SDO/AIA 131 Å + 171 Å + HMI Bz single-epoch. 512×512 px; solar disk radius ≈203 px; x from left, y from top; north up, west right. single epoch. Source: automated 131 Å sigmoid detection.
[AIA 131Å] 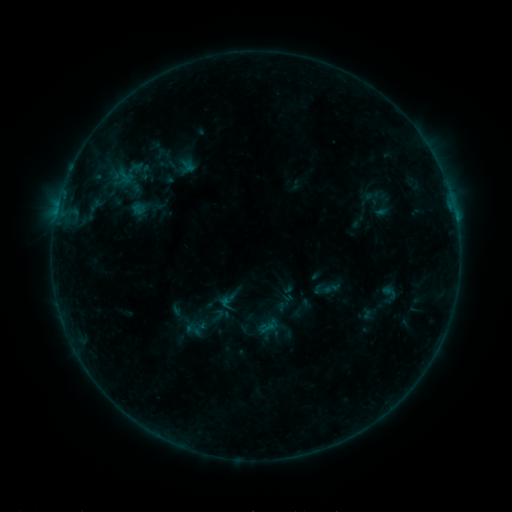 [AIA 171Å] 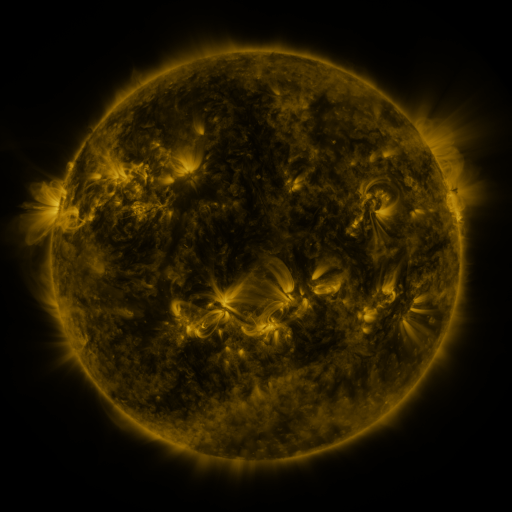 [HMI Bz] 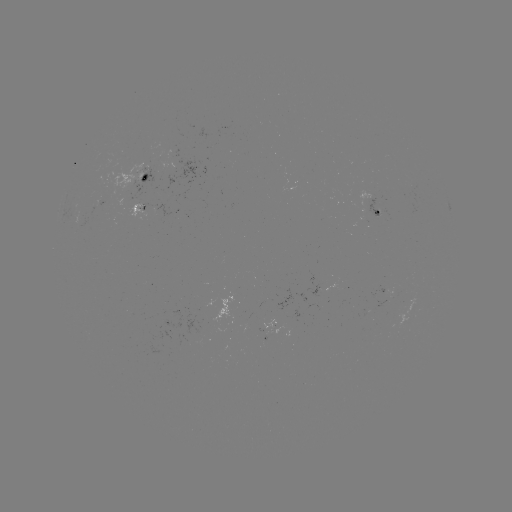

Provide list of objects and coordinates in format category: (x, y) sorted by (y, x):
sigmoid: (125, 177)
